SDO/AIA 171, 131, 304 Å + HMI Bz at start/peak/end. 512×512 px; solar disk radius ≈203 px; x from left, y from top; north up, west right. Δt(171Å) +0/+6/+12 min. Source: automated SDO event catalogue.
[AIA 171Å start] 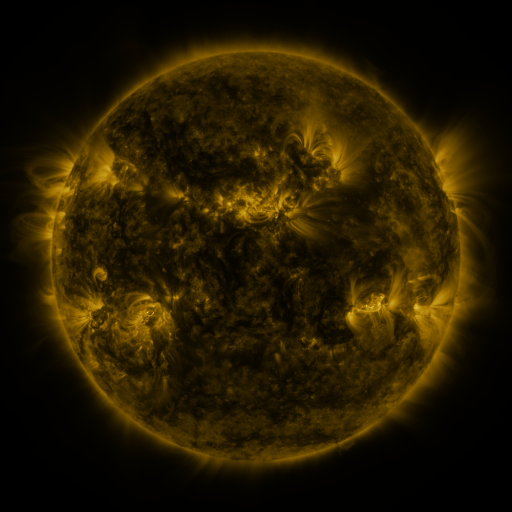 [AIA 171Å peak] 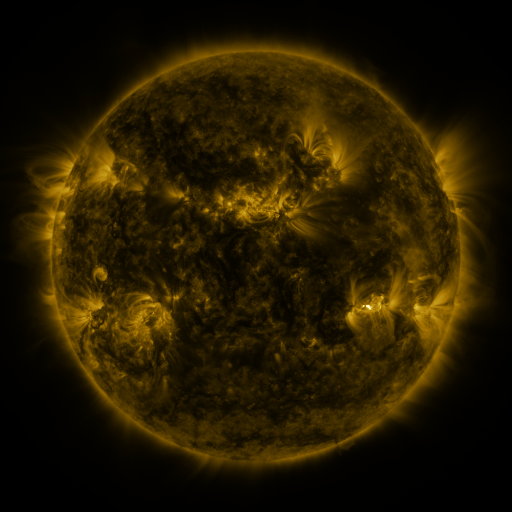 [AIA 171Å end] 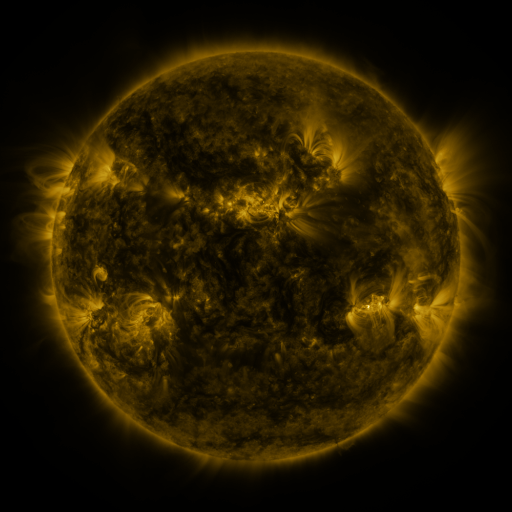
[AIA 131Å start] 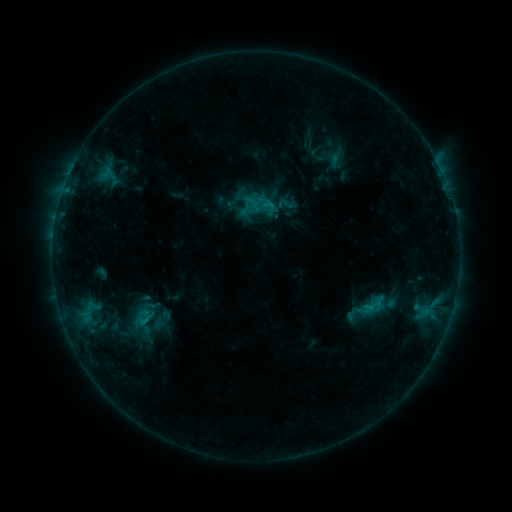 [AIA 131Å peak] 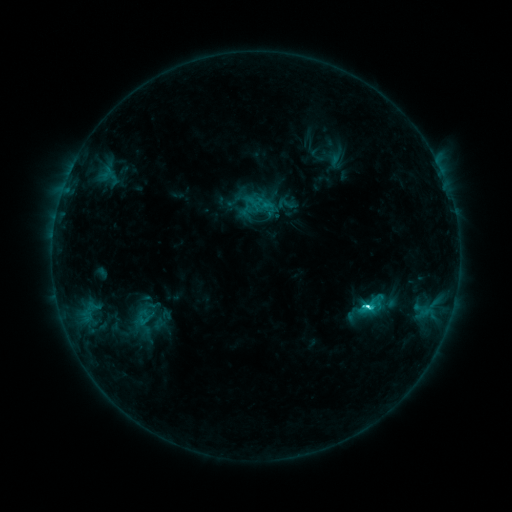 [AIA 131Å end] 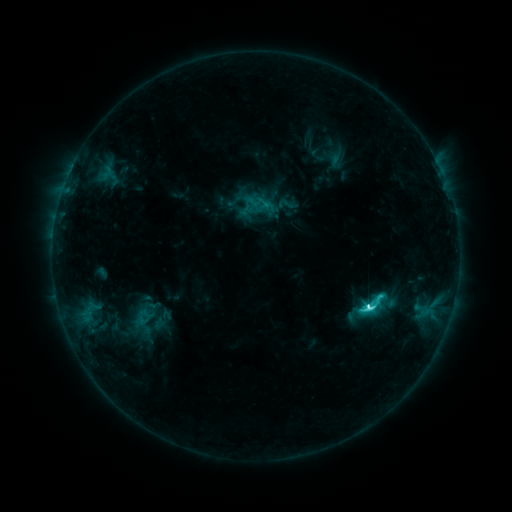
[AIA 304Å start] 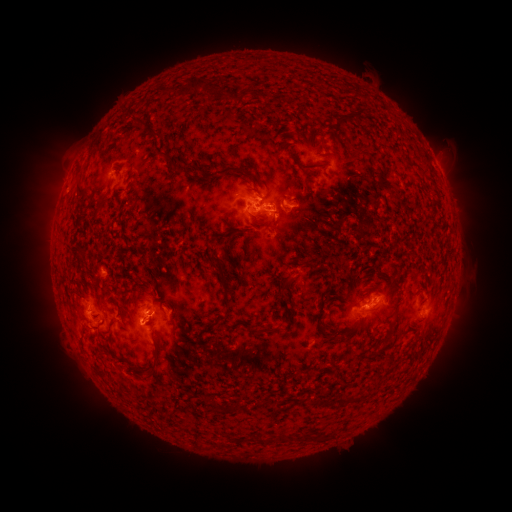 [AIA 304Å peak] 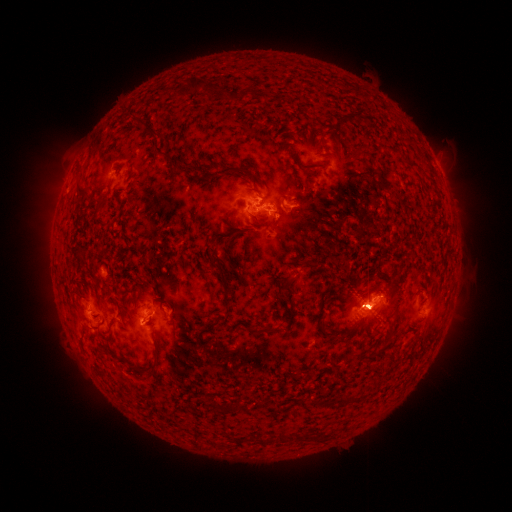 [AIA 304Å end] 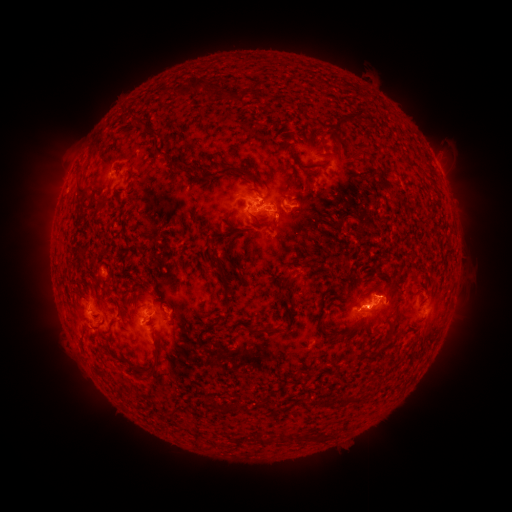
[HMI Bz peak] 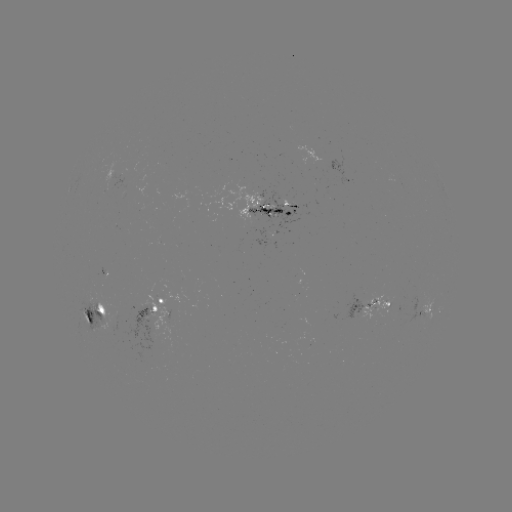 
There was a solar eruption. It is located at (458, 312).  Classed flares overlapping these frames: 1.